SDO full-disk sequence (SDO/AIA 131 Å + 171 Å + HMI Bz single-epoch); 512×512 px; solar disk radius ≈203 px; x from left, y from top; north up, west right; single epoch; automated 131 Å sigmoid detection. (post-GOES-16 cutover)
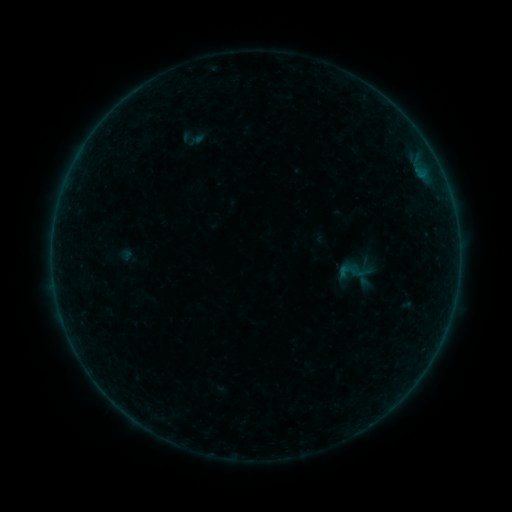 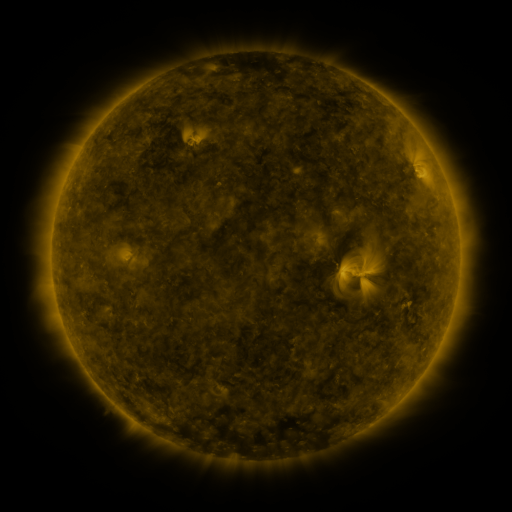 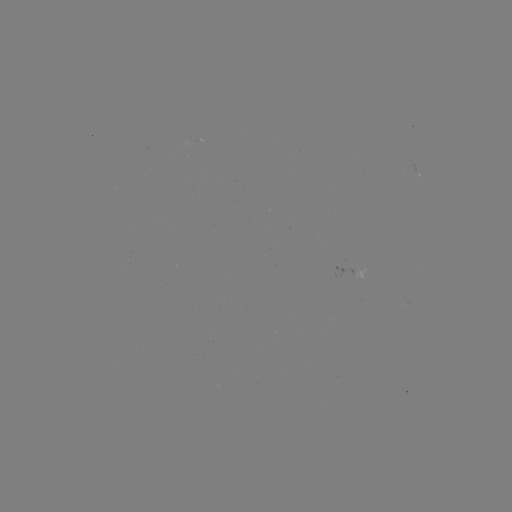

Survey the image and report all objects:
sigmoid: (347, 271)
